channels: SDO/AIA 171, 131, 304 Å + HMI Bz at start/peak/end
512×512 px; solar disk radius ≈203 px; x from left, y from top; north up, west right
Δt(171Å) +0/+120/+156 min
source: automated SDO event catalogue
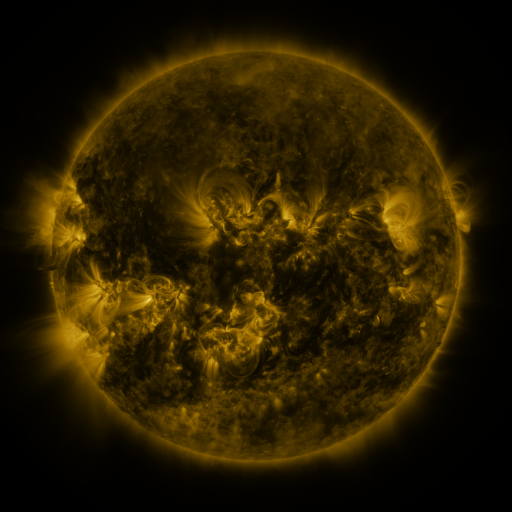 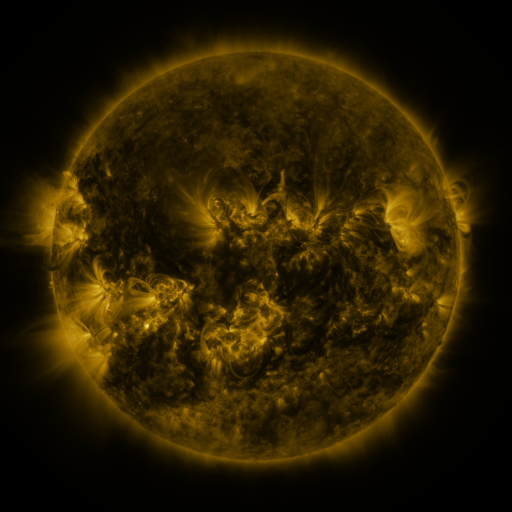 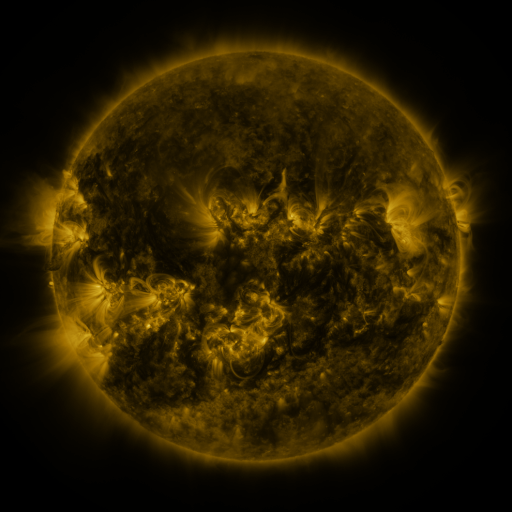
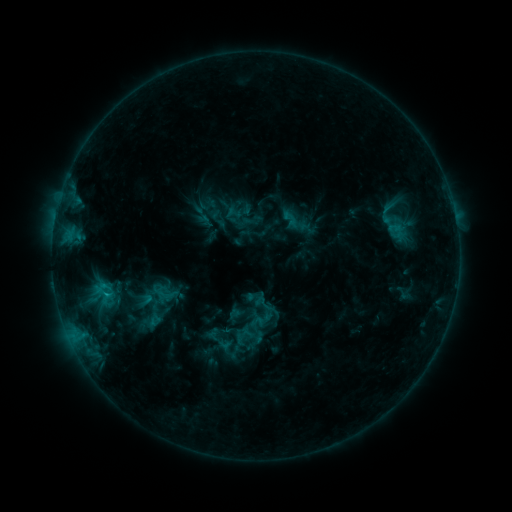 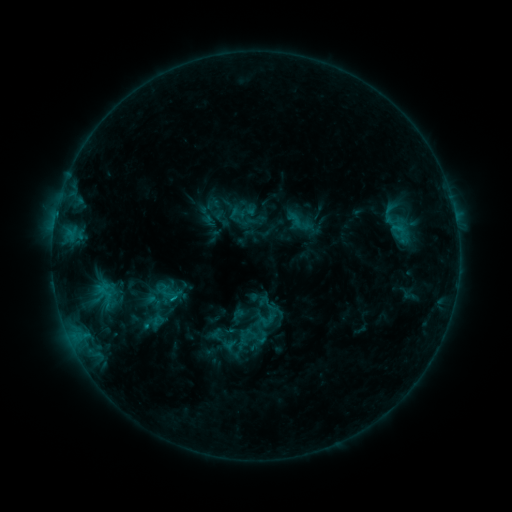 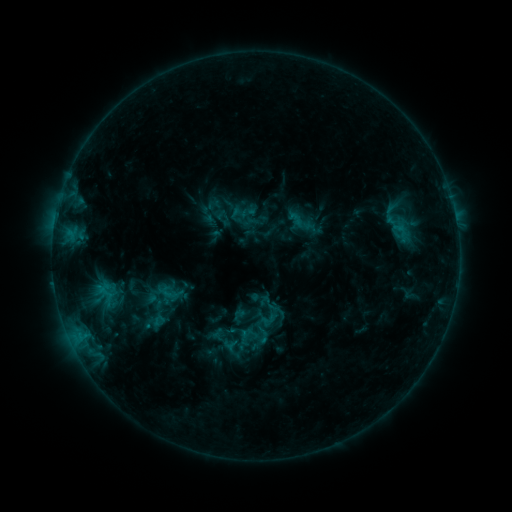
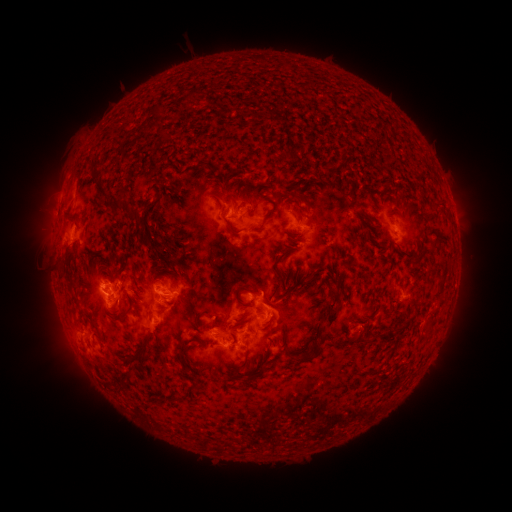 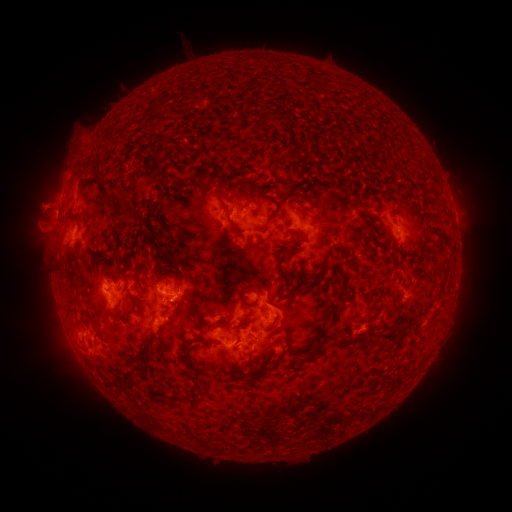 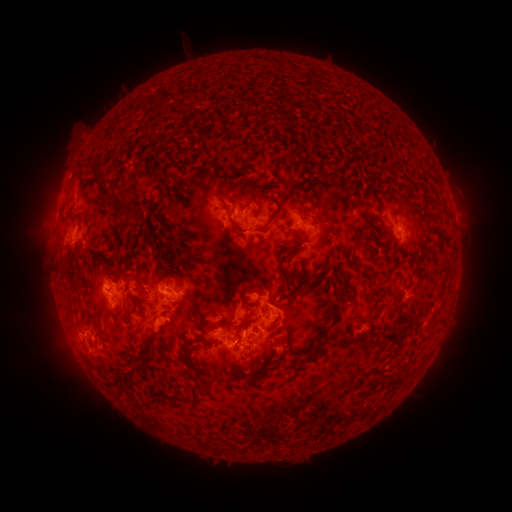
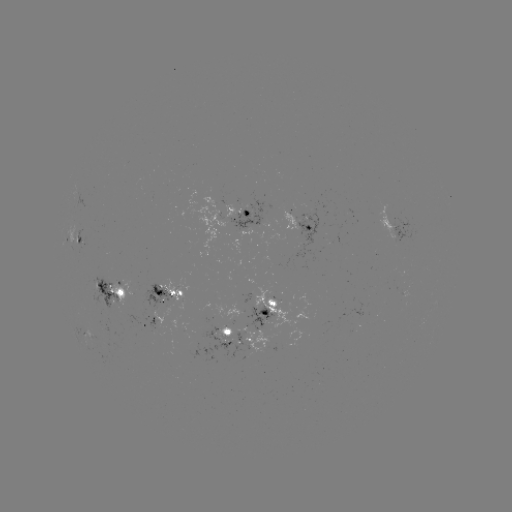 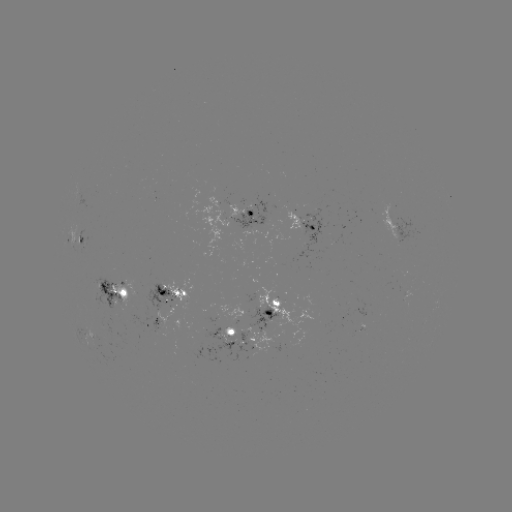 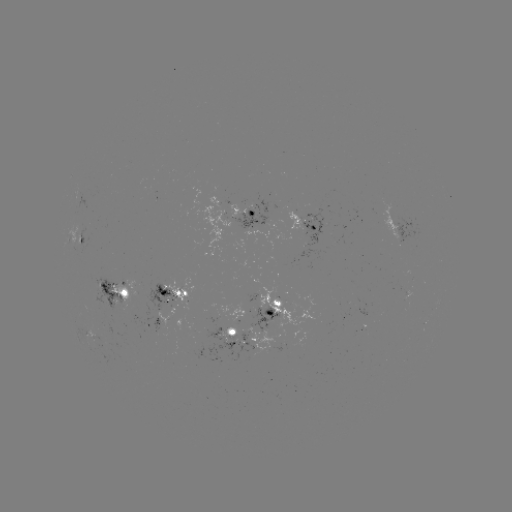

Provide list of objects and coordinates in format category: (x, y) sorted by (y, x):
emerging-flux region: (202, 326)
